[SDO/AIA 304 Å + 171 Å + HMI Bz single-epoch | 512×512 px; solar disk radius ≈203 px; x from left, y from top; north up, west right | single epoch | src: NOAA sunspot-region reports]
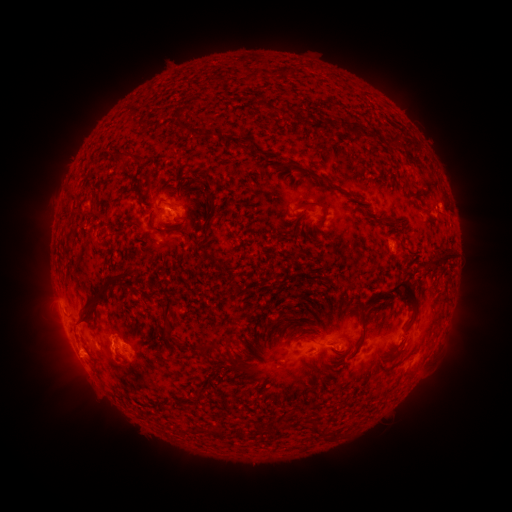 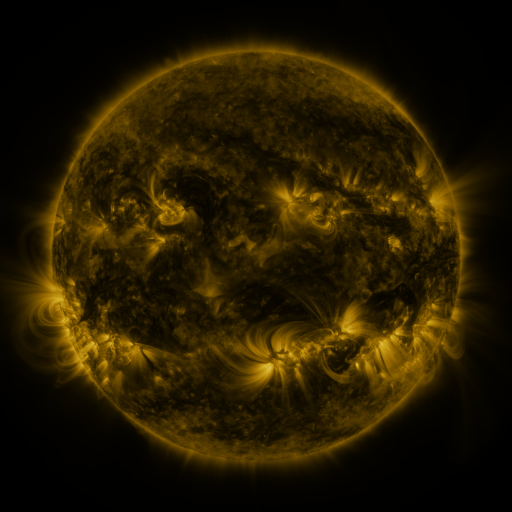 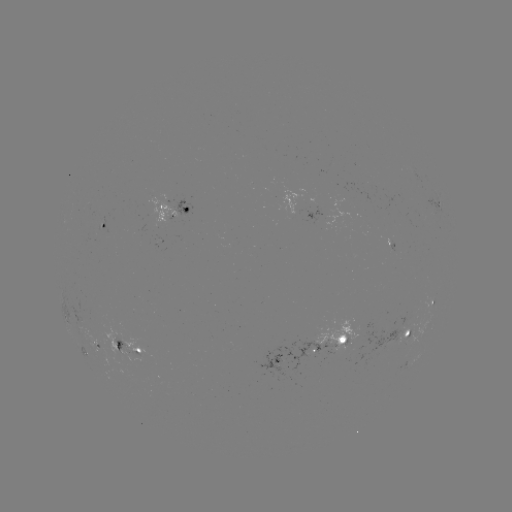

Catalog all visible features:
spotted active region: (438, 203)
spotted active region: (176, 215)
spotted active region: (103, 227)
spotted active region: (432, 304)
spotted active region: (409, 333)
spotted active region: (347, 336)
spotted active region: (92, 341)
spotted active region: (128, 349)
spotted active region: (298, 354)
